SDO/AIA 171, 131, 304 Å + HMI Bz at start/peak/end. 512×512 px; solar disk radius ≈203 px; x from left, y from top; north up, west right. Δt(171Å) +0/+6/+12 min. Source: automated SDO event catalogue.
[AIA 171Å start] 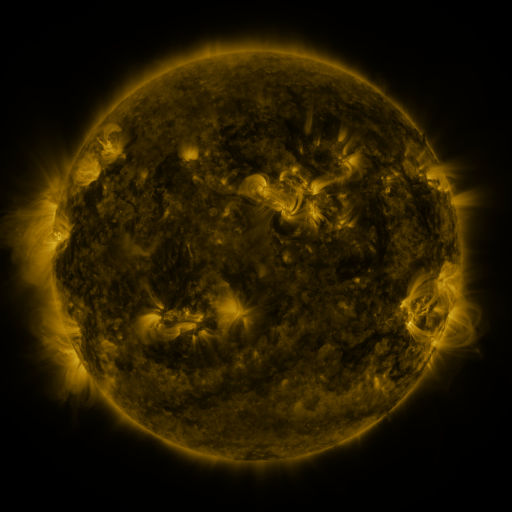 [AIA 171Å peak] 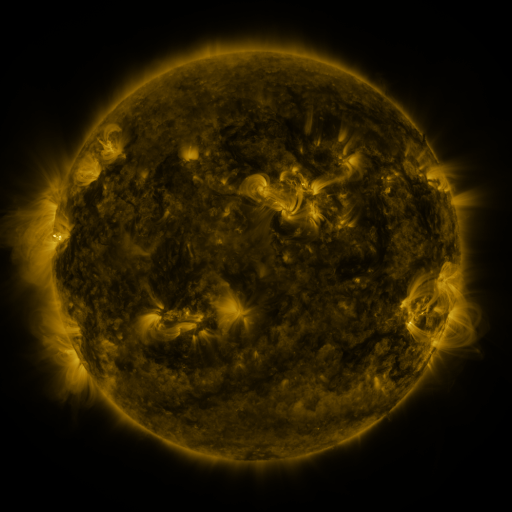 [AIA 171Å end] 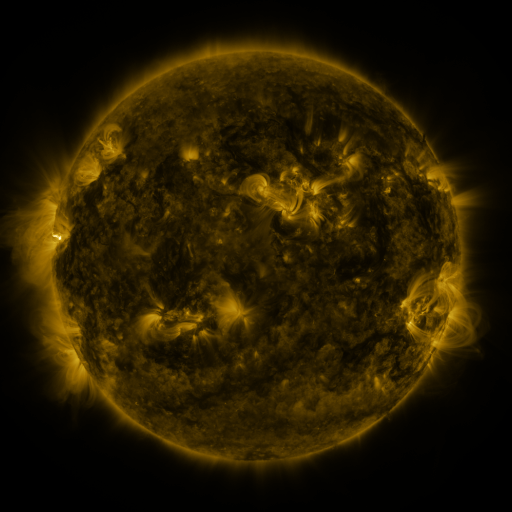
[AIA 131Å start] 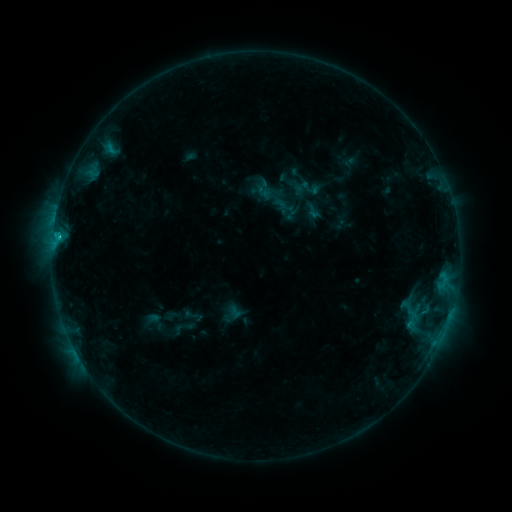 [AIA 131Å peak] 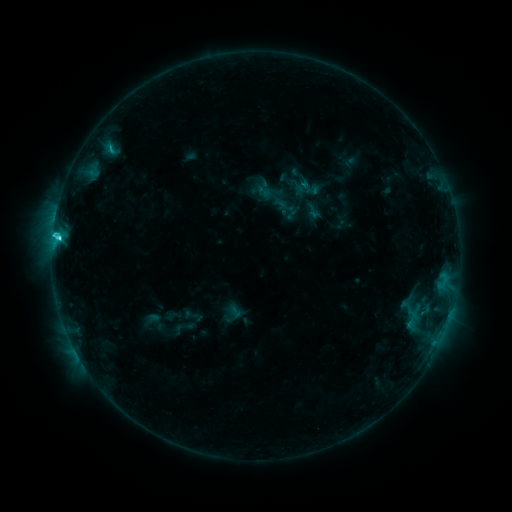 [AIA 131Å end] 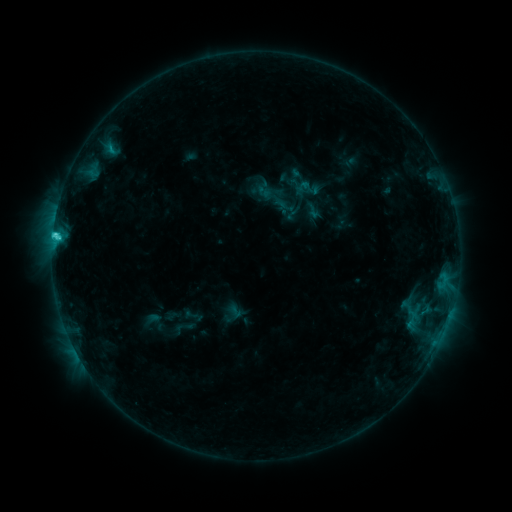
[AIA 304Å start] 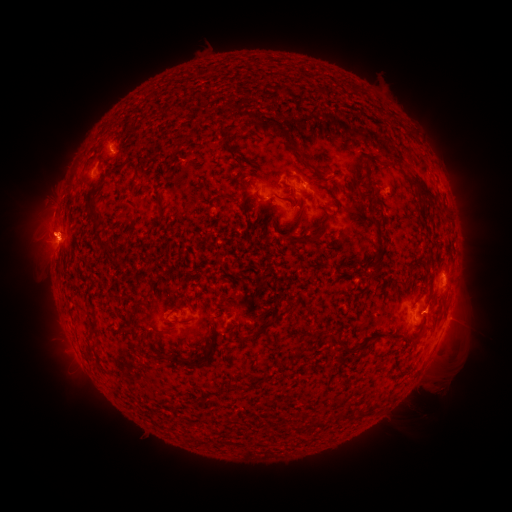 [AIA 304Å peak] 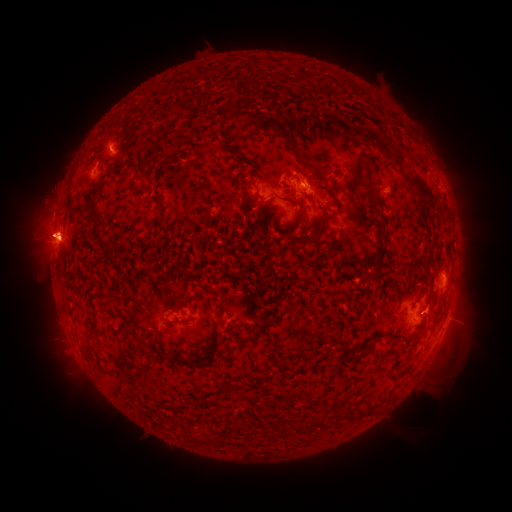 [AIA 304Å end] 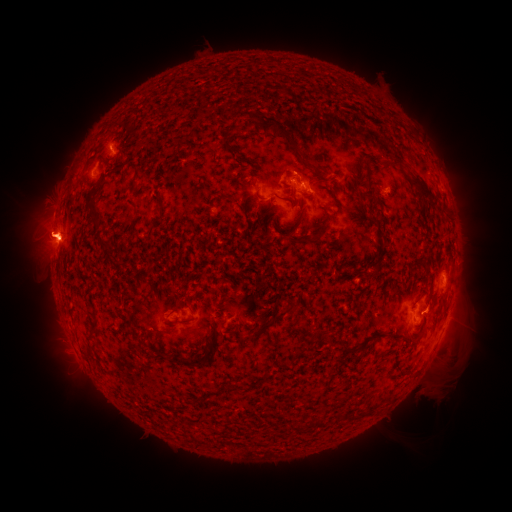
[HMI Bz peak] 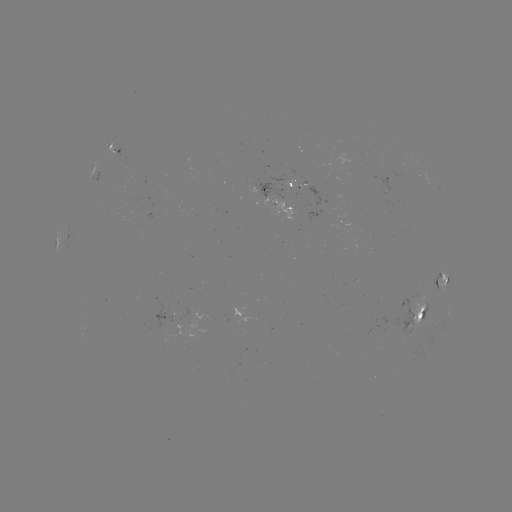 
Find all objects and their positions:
C2.7 flare: (60, 238)
